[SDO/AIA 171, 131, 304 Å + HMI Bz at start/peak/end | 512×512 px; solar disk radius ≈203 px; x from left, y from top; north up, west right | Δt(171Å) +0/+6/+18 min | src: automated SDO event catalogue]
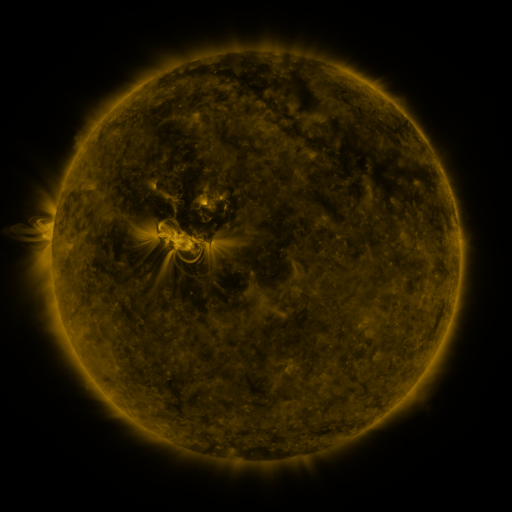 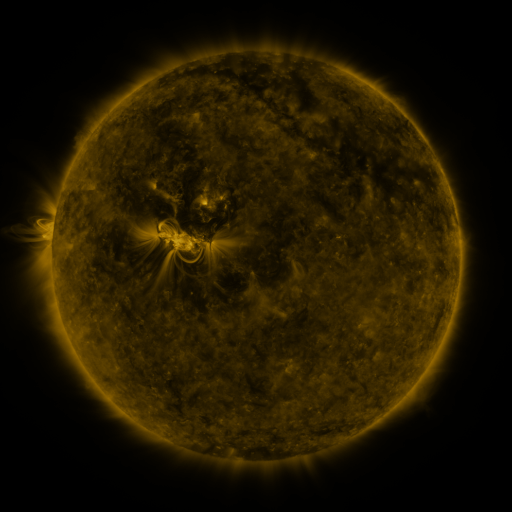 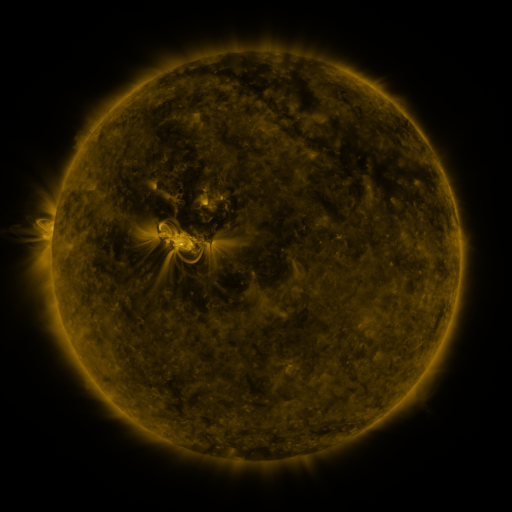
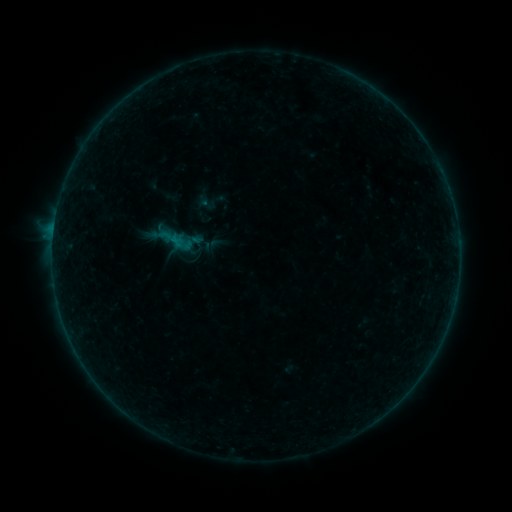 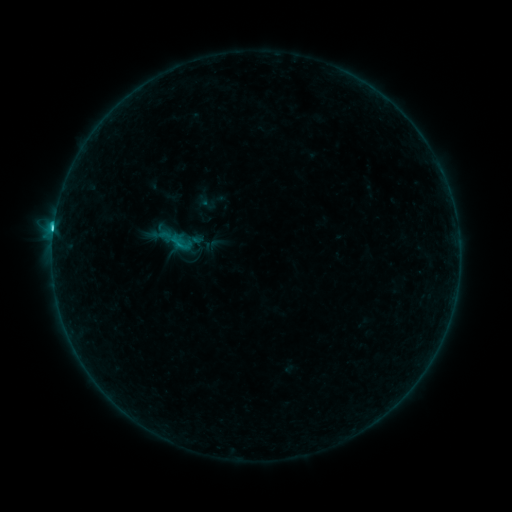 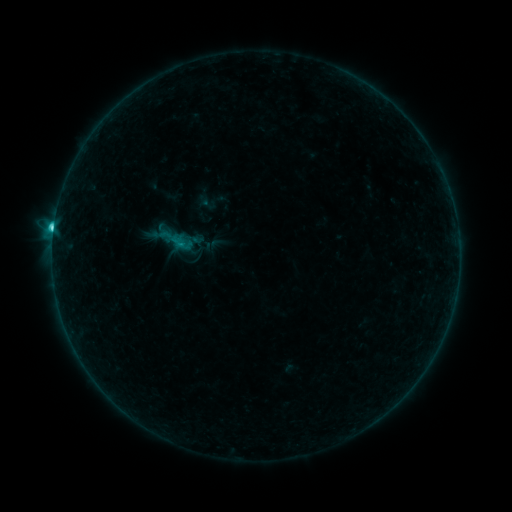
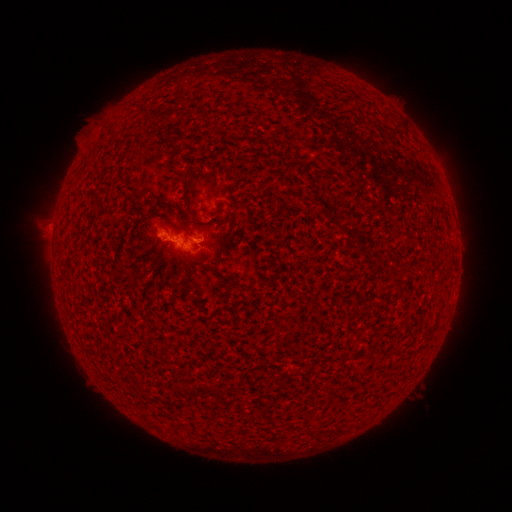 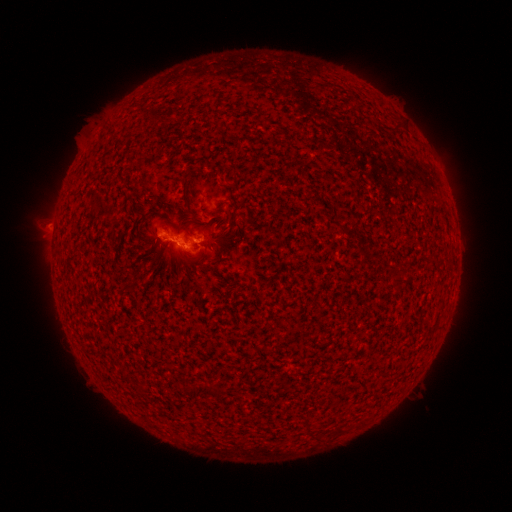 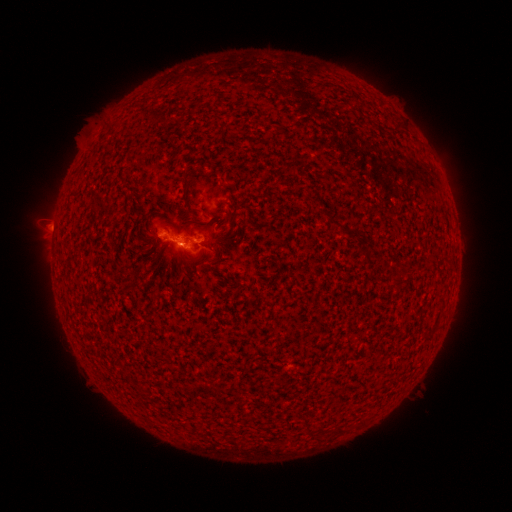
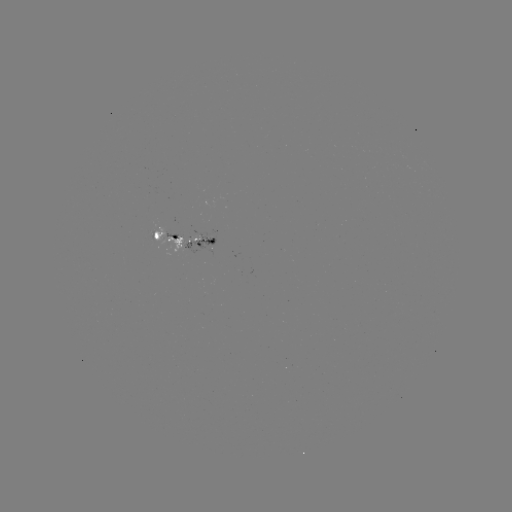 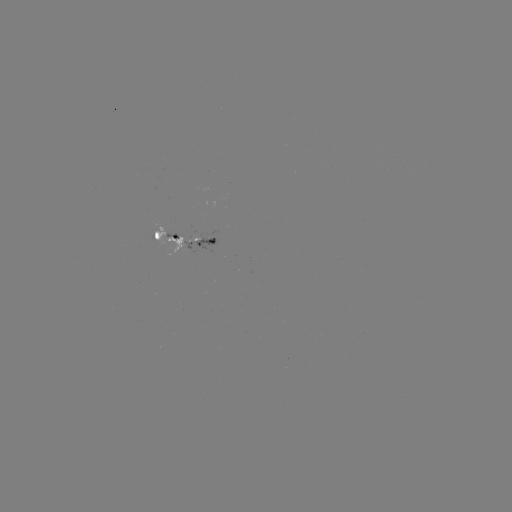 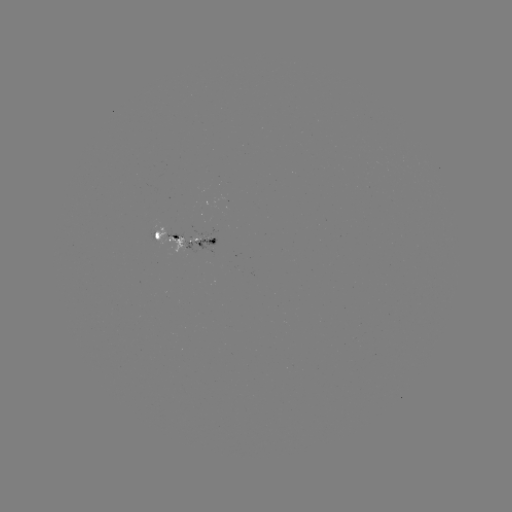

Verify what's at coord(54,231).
C3.5 flare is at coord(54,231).